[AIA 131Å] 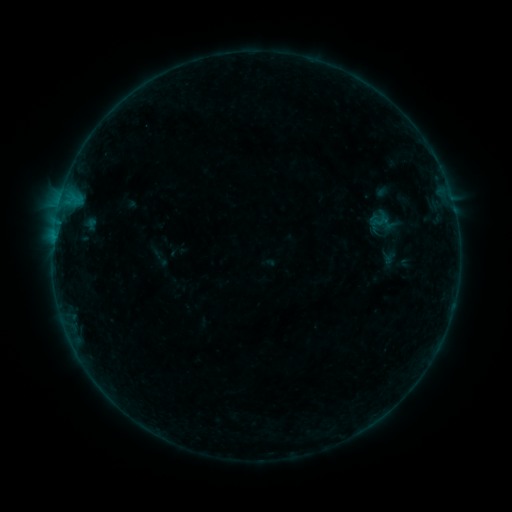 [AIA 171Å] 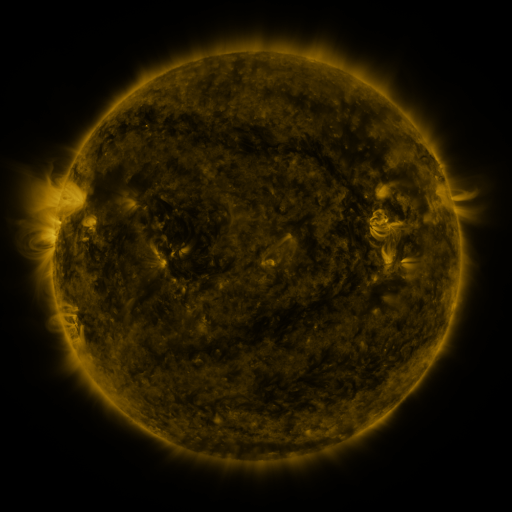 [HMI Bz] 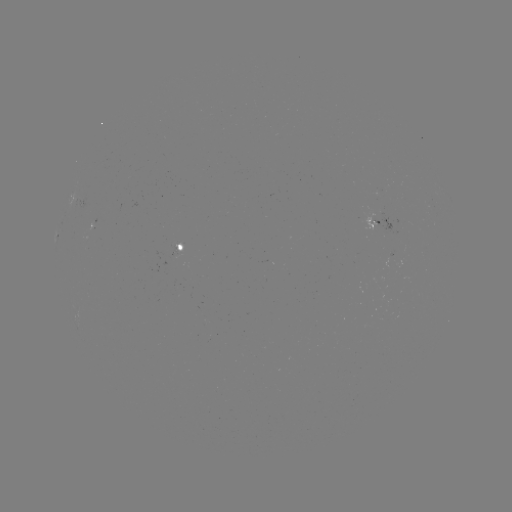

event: sigmoid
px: (382, 223)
